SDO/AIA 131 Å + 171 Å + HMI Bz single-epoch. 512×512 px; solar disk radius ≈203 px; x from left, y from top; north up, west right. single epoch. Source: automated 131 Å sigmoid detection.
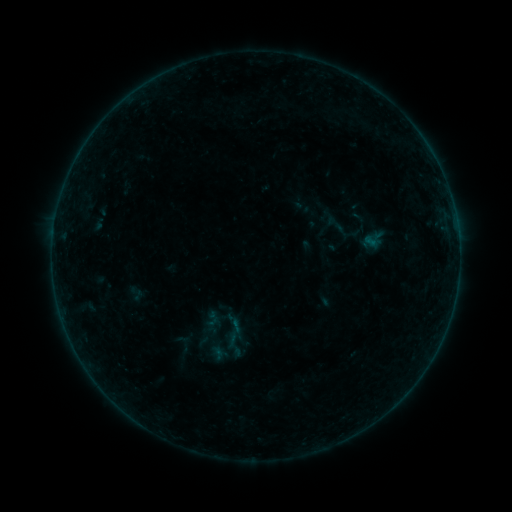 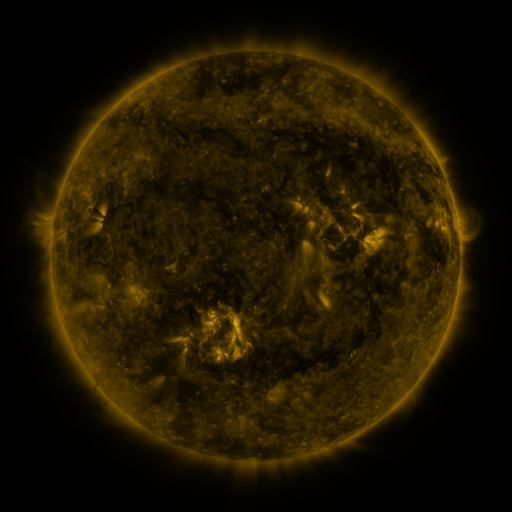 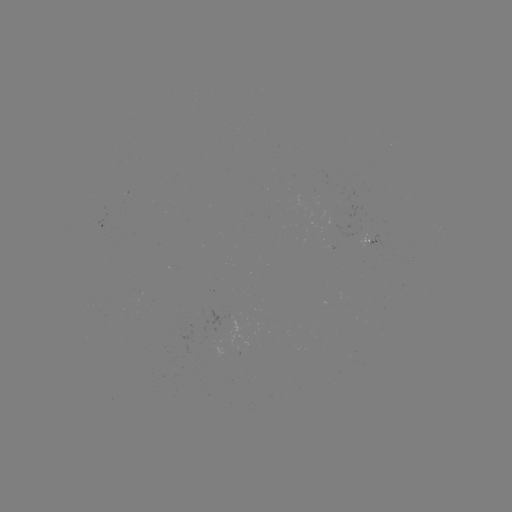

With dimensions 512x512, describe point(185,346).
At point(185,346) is sigmoid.